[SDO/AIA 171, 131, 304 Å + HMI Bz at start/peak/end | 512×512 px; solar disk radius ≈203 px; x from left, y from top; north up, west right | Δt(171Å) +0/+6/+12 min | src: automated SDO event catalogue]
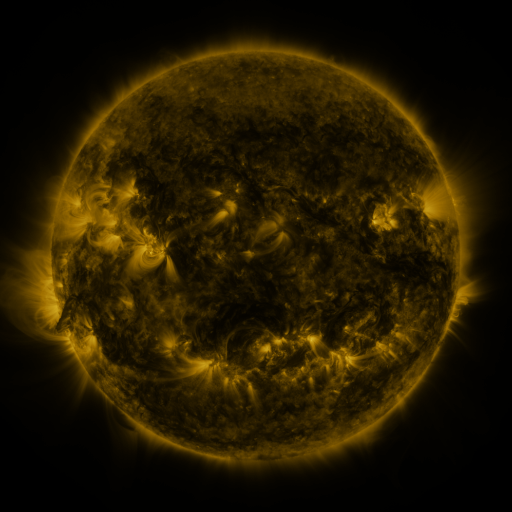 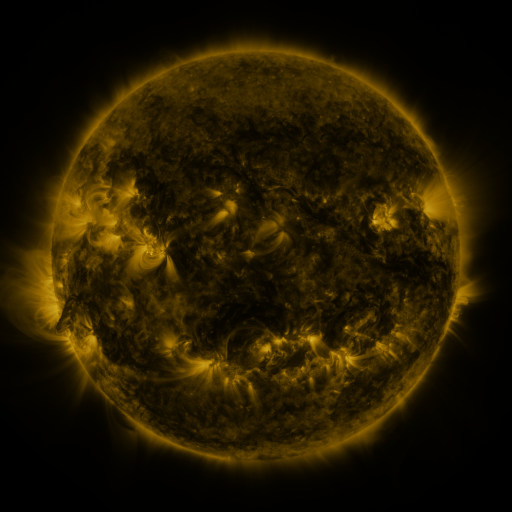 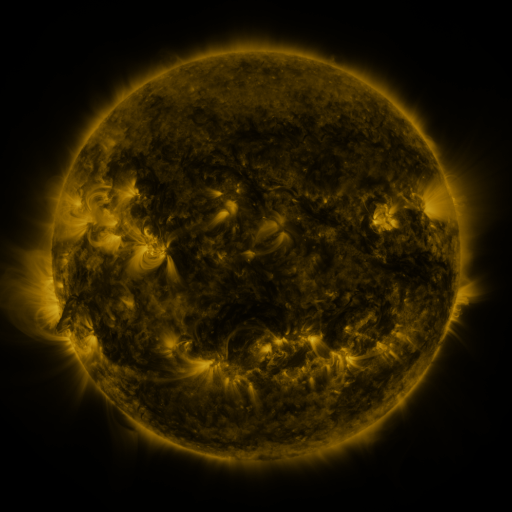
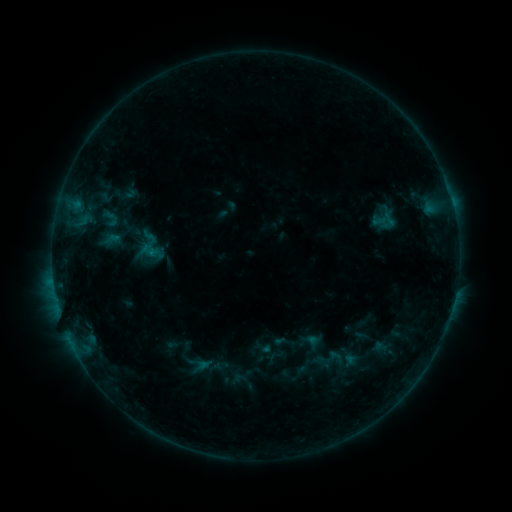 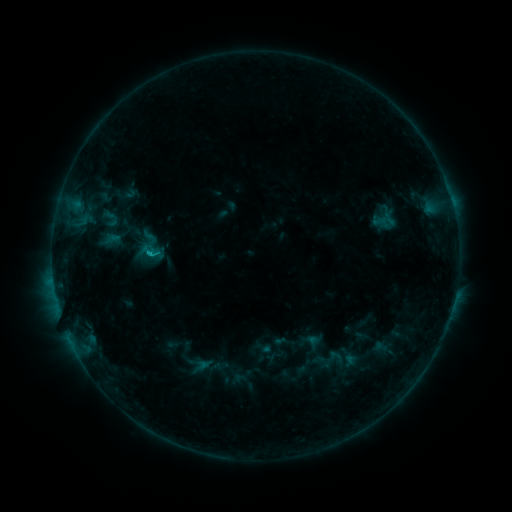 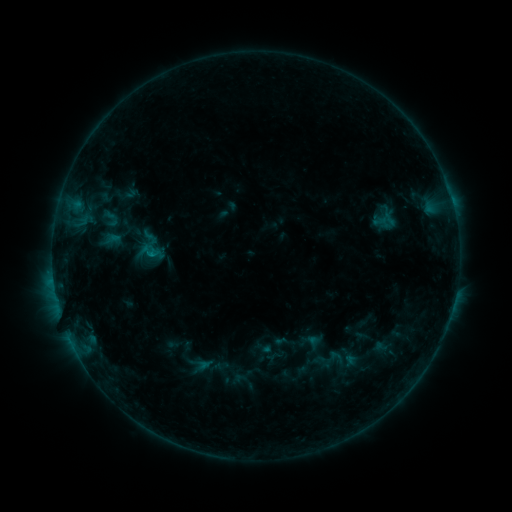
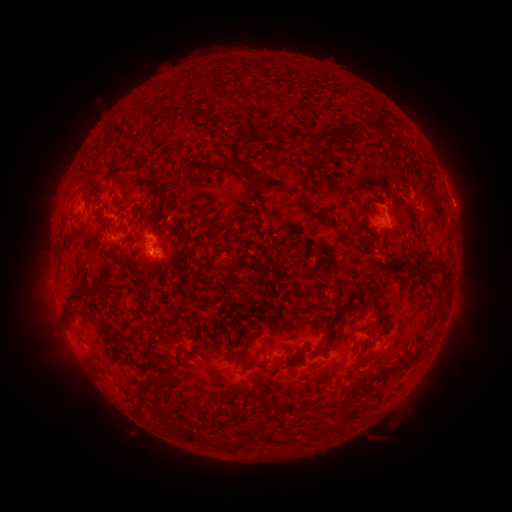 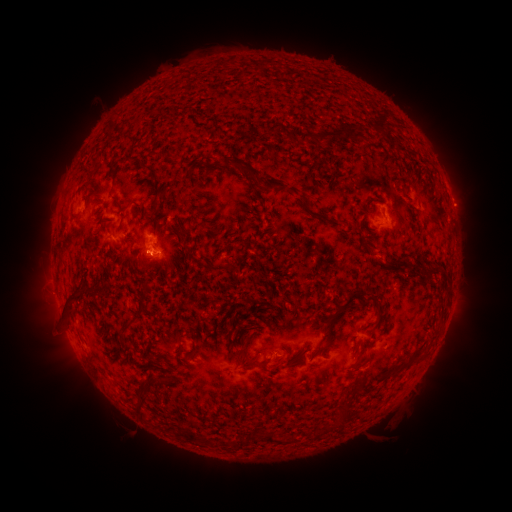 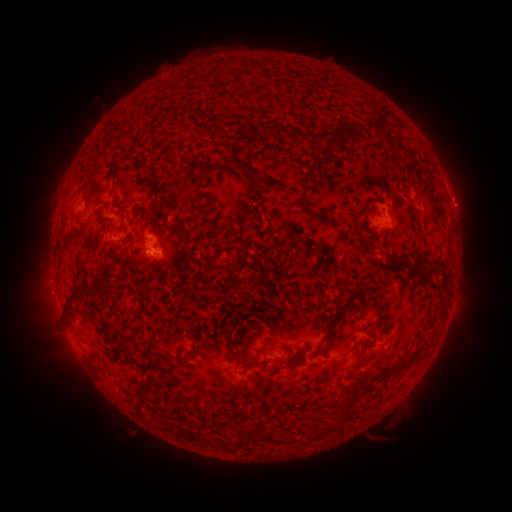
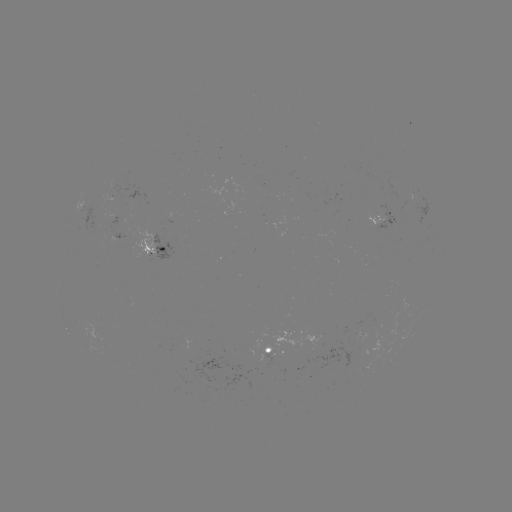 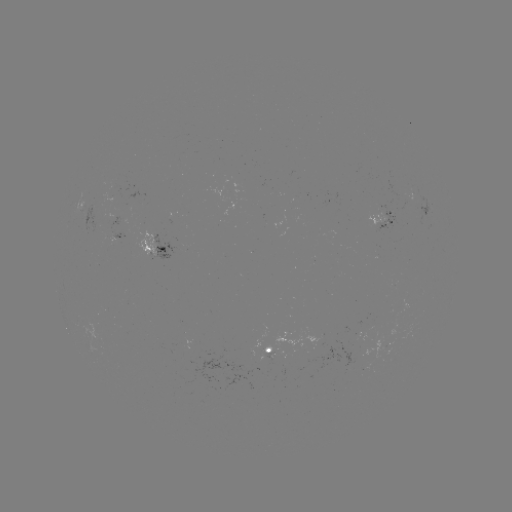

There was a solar flare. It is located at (151, 256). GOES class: B8.3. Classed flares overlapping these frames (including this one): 2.